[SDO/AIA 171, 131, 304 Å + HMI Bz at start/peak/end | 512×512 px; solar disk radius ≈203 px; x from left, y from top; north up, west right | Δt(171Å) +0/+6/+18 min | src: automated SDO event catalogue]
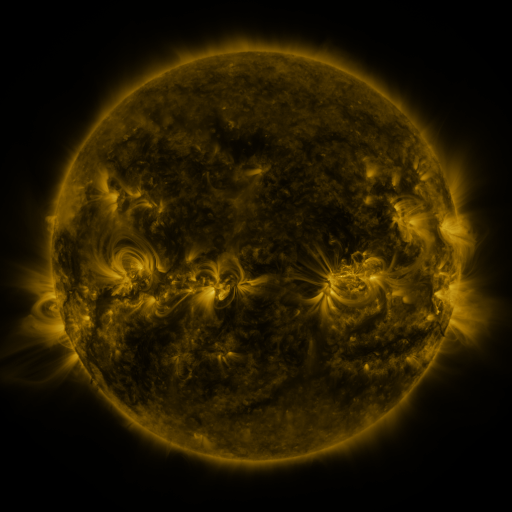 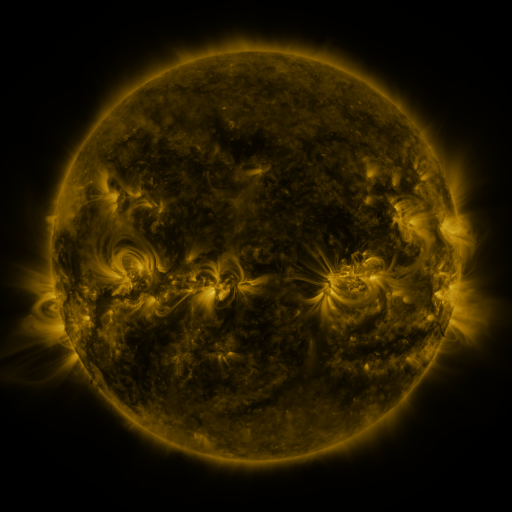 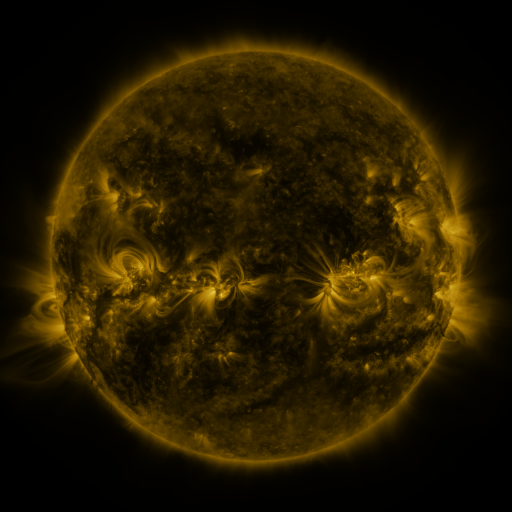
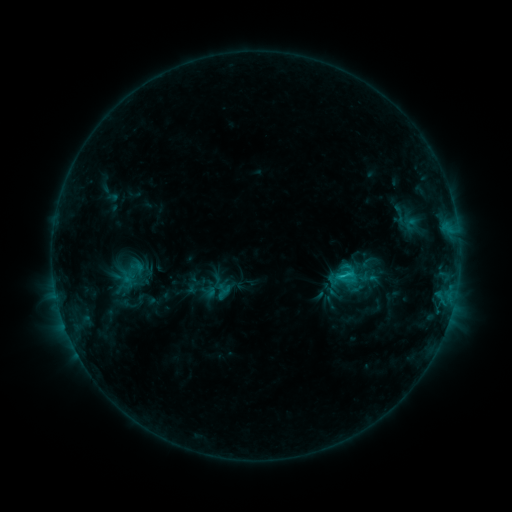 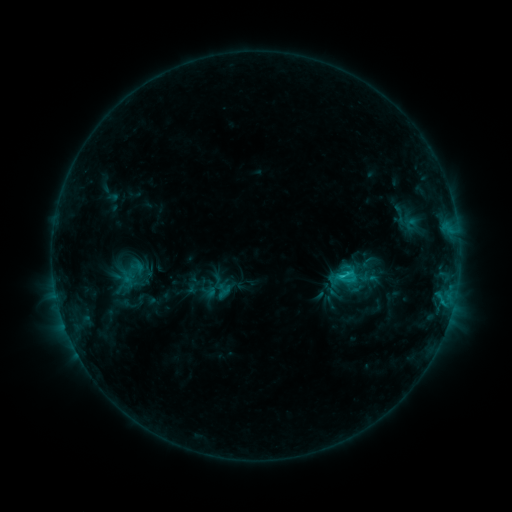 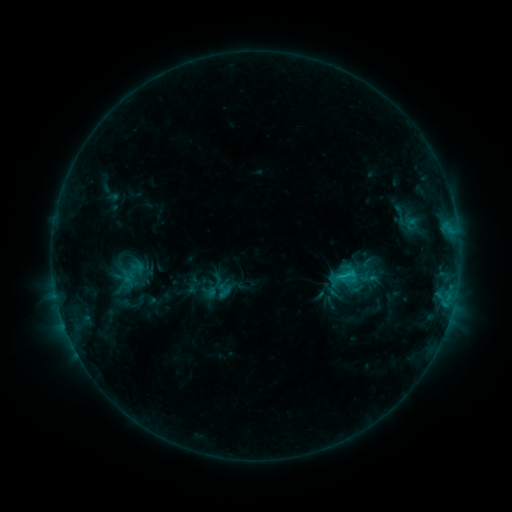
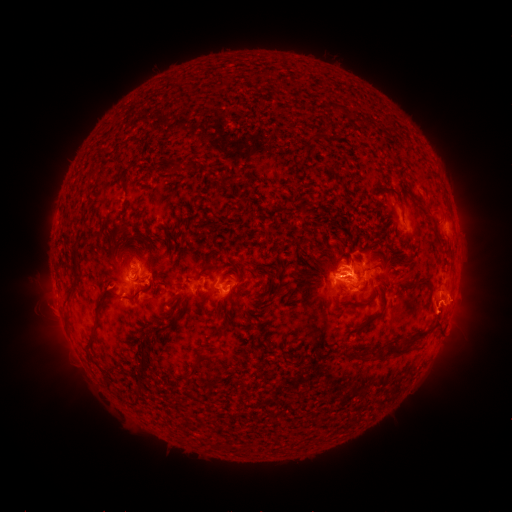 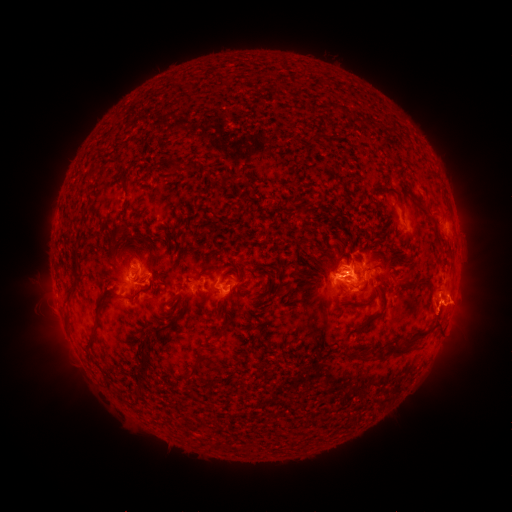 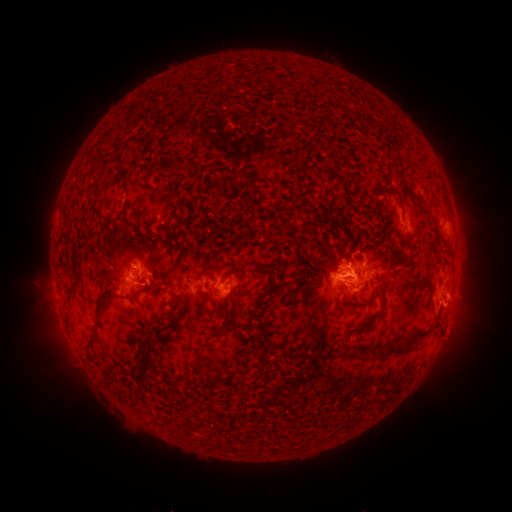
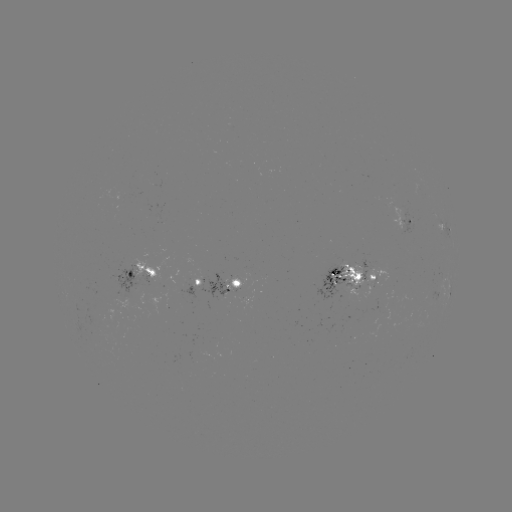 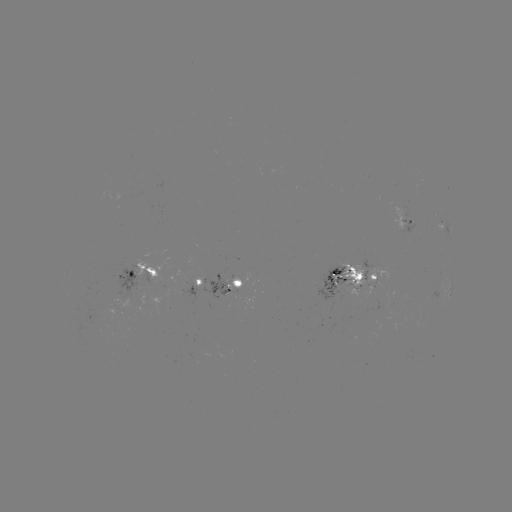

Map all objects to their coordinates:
eruption: (444, 315)
